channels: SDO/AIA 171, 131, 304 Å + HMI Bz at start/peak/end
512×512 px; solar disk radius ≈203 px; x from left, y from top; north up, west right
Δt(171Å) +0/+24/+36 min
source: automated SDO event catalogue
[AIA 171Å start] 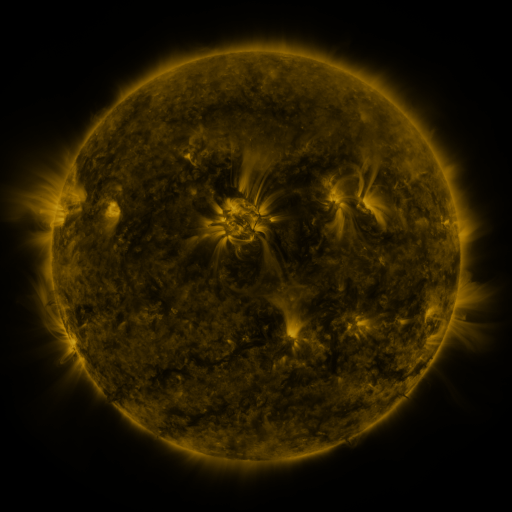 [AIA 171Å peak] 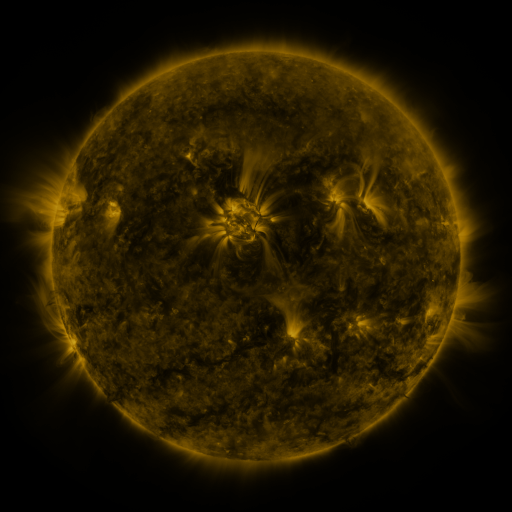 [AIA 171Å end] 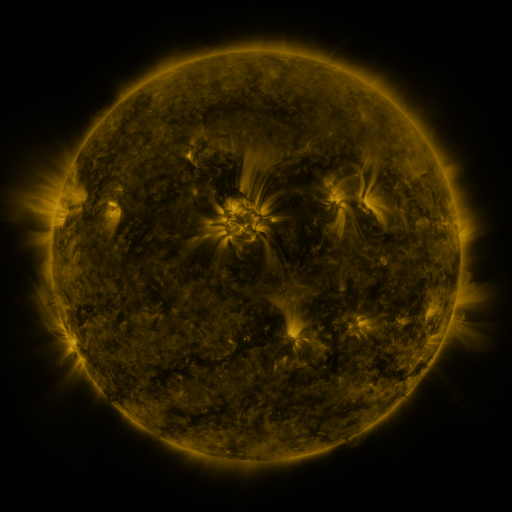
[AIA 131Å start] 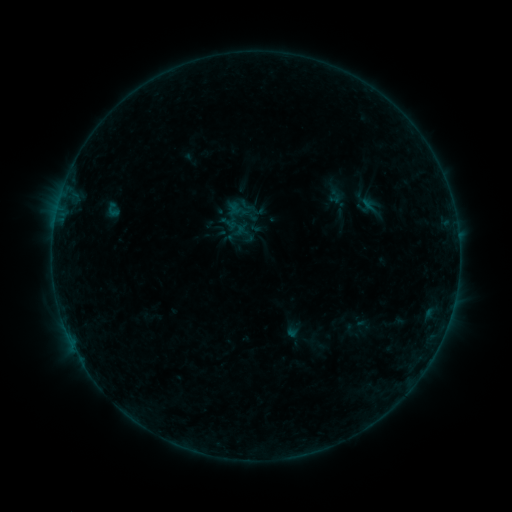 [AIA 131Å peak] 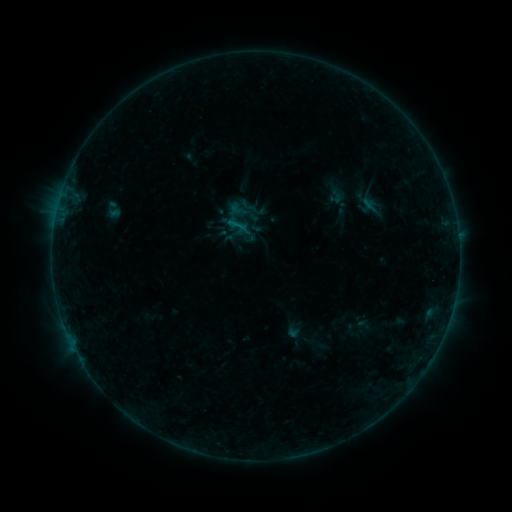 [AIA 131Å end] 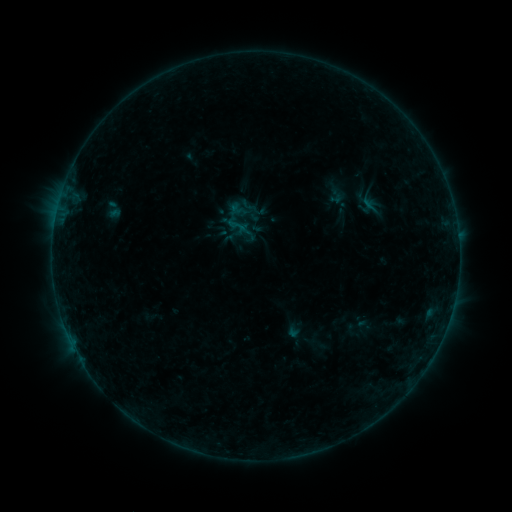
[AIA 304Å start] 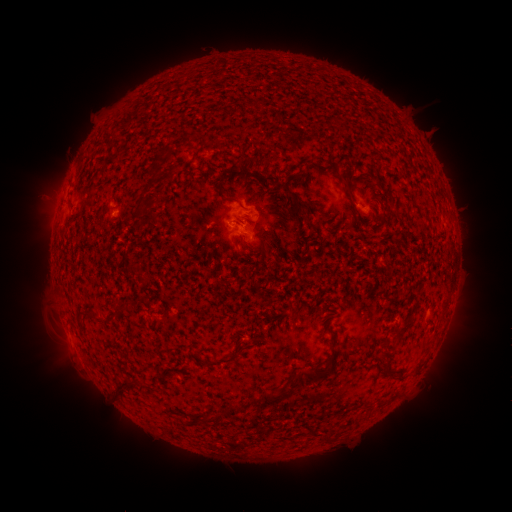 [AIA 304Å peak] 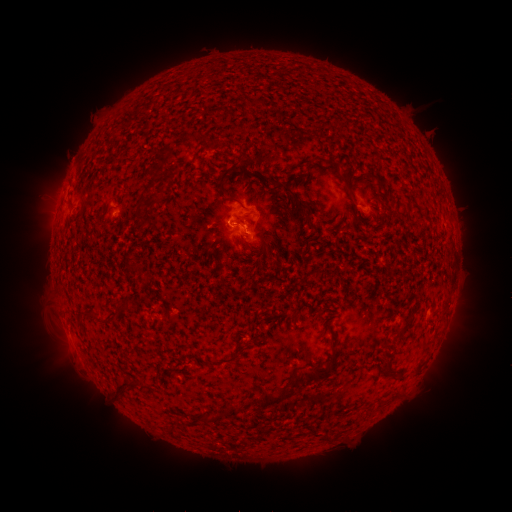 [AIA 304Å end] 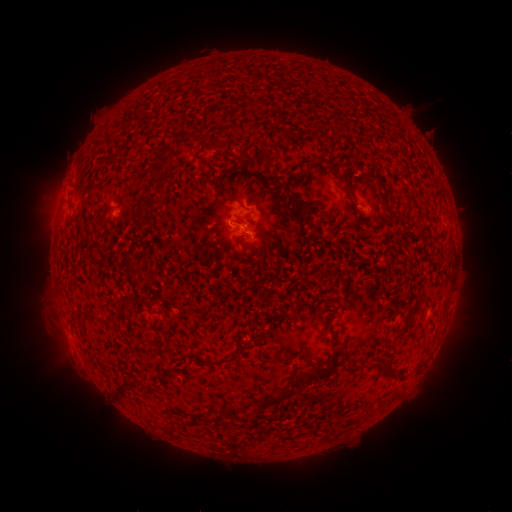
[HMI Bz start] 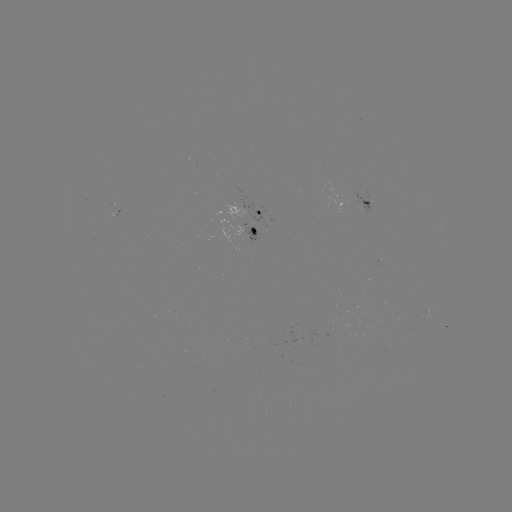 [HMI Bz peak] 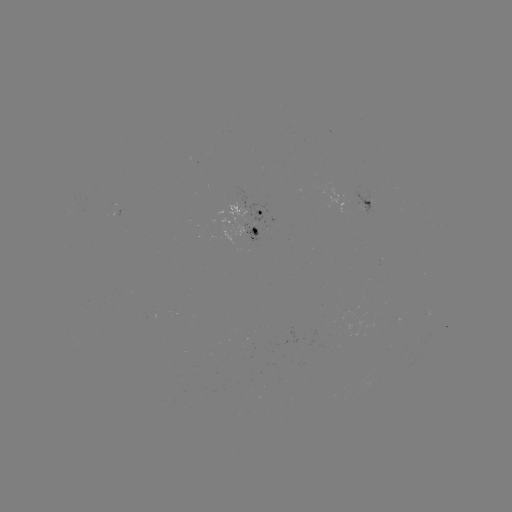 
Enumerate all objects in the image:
B3.3 flare: (238, 225)
